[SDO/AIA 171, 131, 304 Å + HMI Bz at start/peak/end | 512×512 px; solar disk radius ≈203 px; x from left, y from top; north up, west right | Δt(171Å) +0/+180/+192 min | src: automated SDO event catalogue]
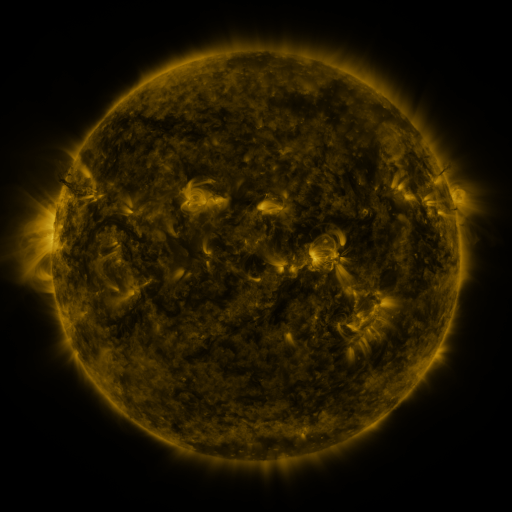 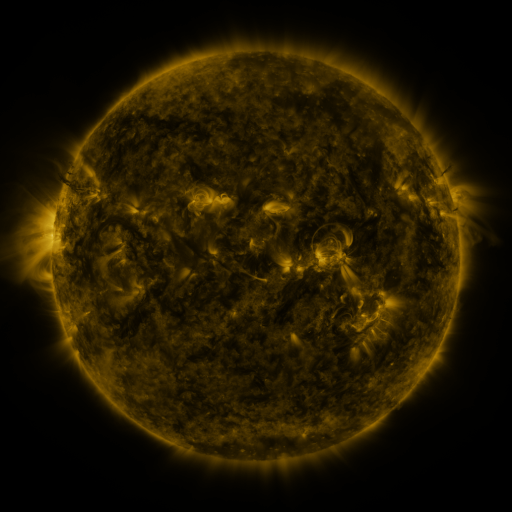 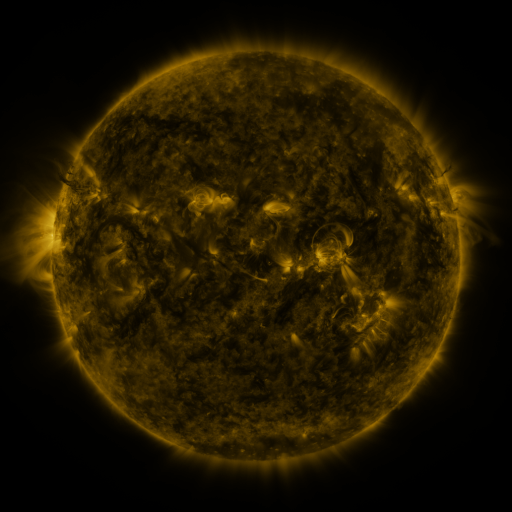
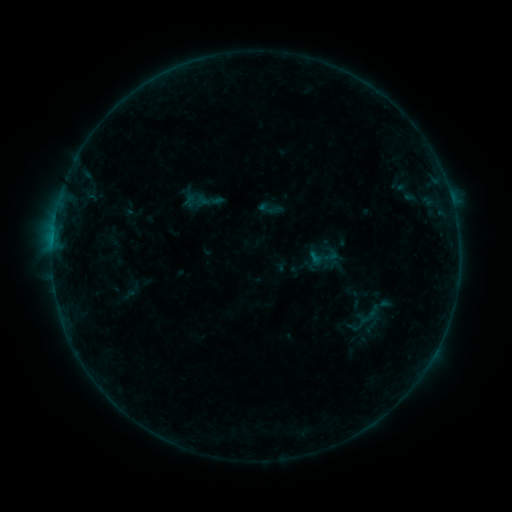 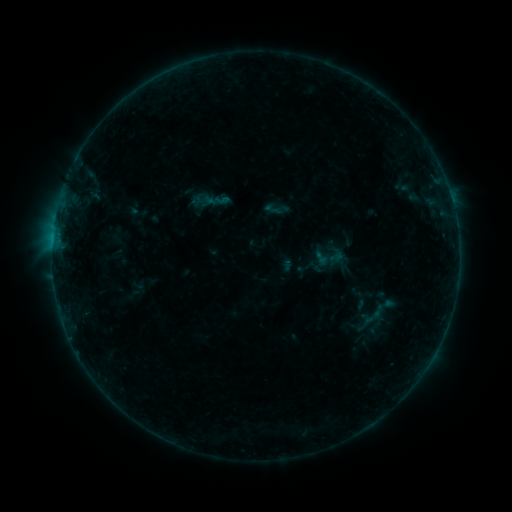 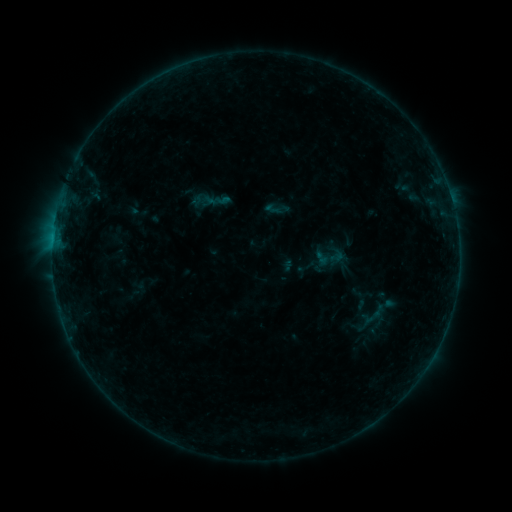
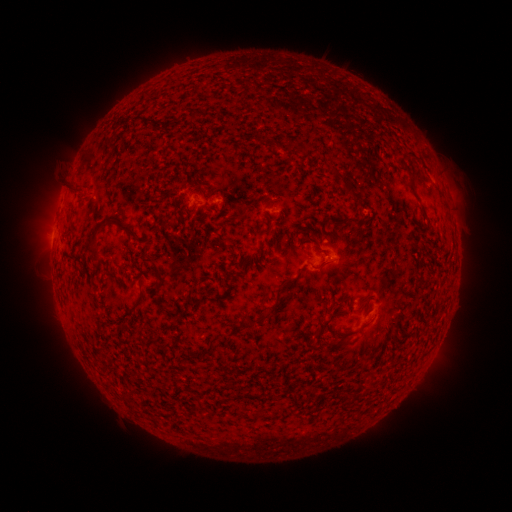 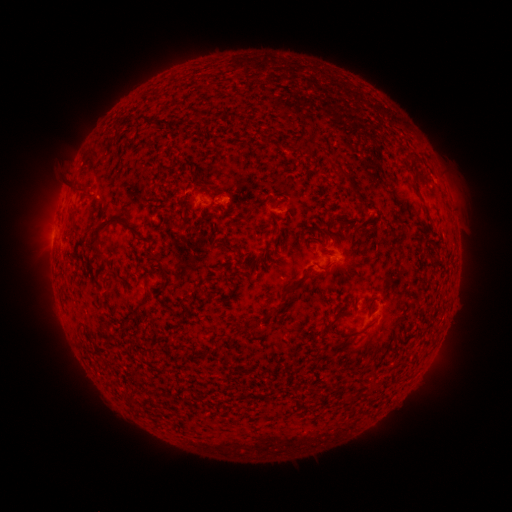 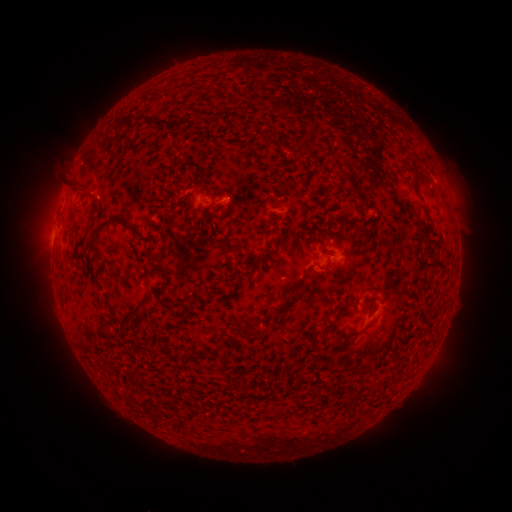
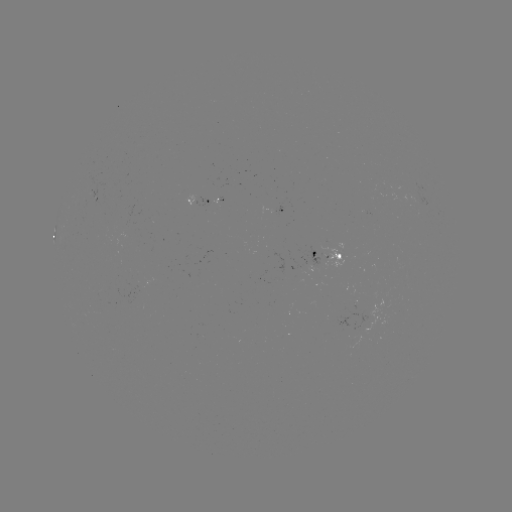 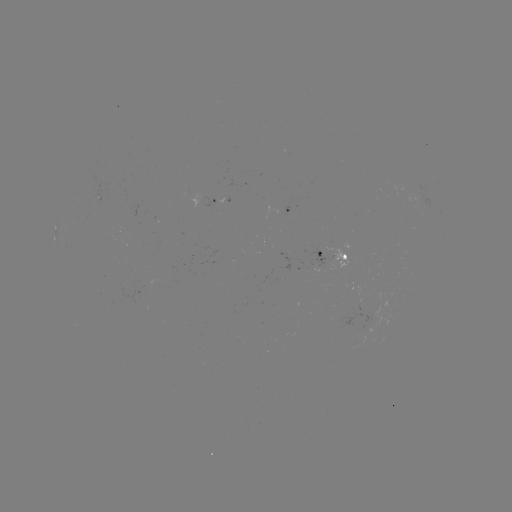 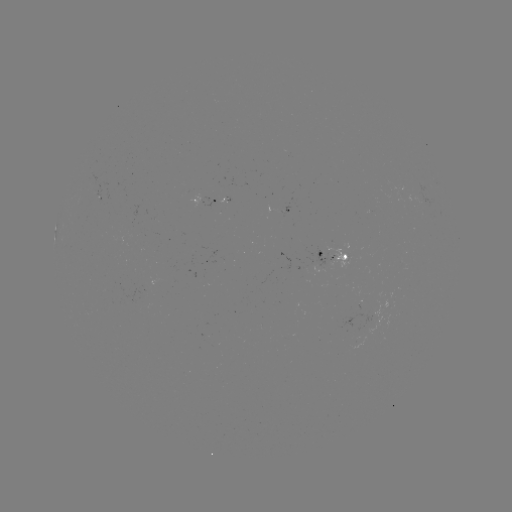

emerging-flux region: (303, 244, 326, 274)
